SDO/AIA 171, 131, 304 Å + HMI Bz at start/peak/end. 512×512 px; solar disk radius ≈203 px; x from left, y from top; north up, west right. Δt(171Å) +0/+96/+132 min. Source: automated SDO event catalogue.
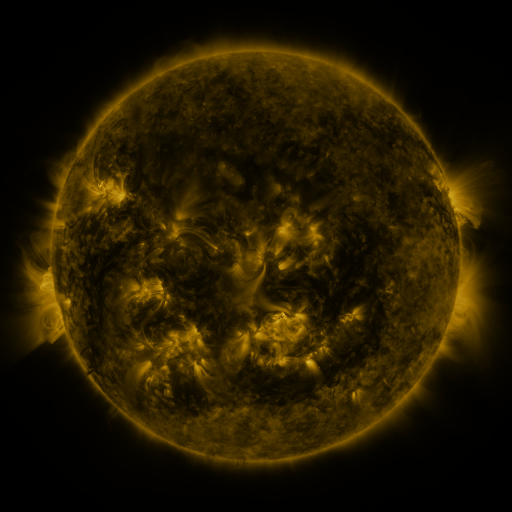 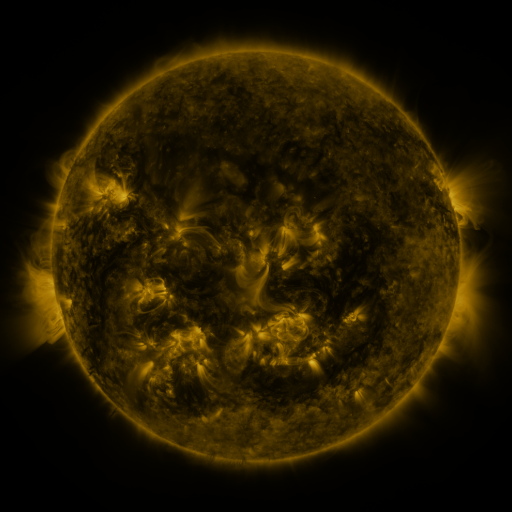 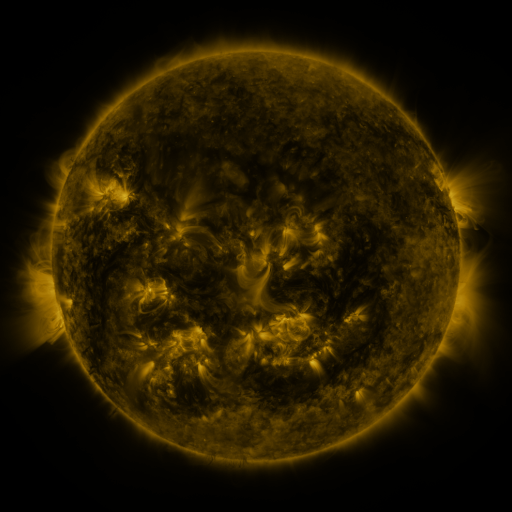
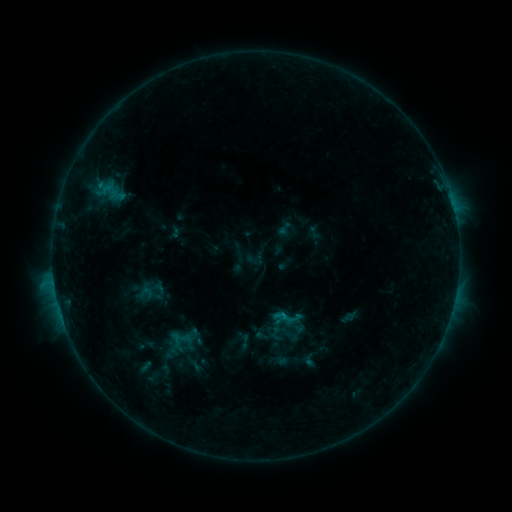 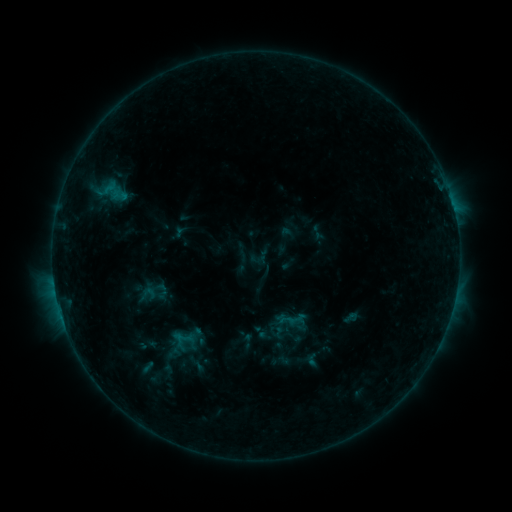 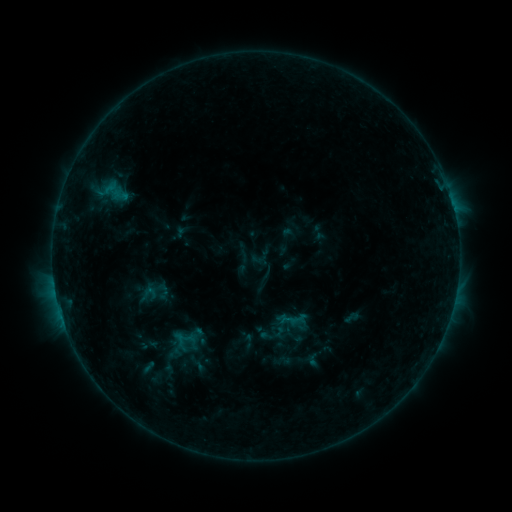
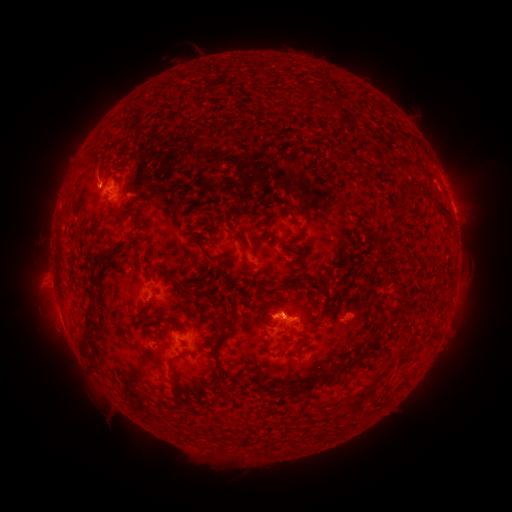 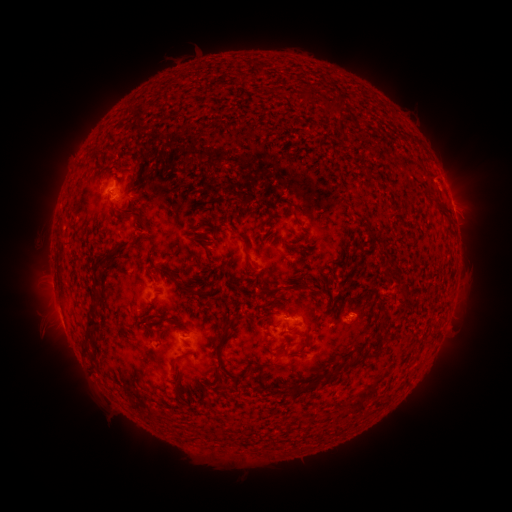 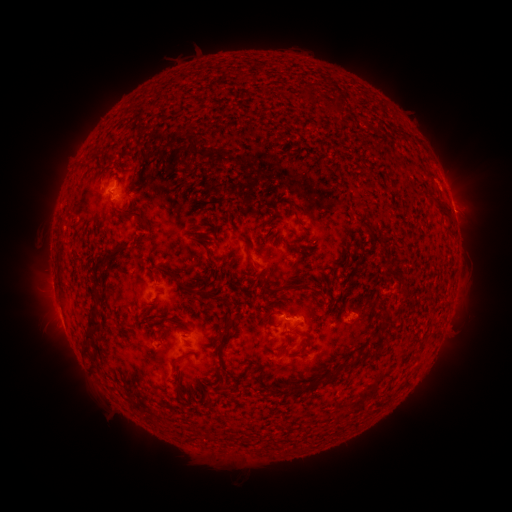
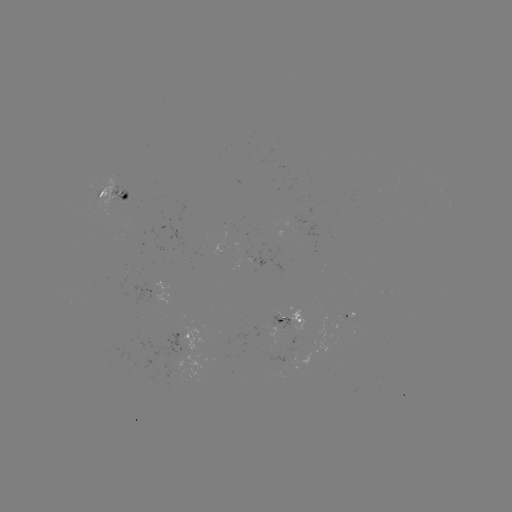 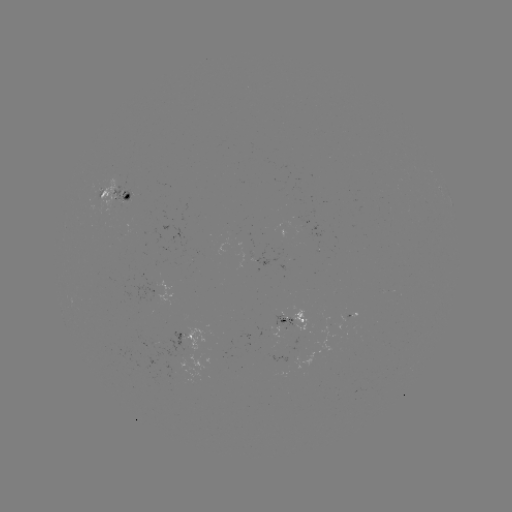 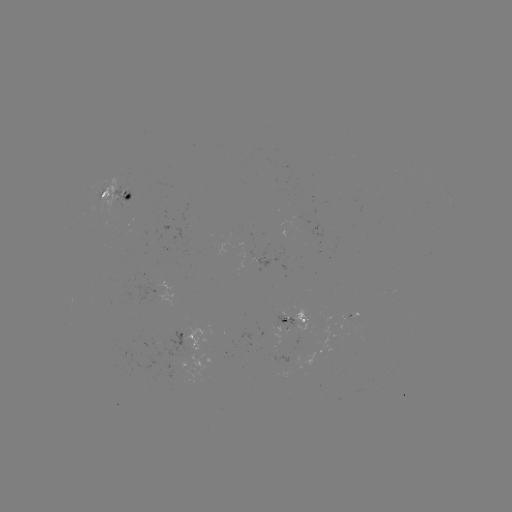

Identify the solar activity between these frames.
emerging-flux region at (328, 331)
